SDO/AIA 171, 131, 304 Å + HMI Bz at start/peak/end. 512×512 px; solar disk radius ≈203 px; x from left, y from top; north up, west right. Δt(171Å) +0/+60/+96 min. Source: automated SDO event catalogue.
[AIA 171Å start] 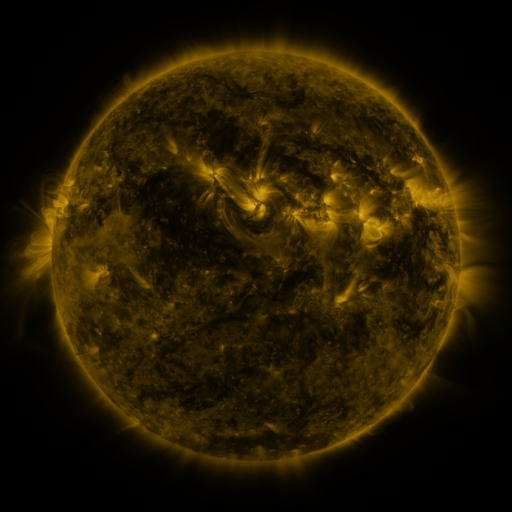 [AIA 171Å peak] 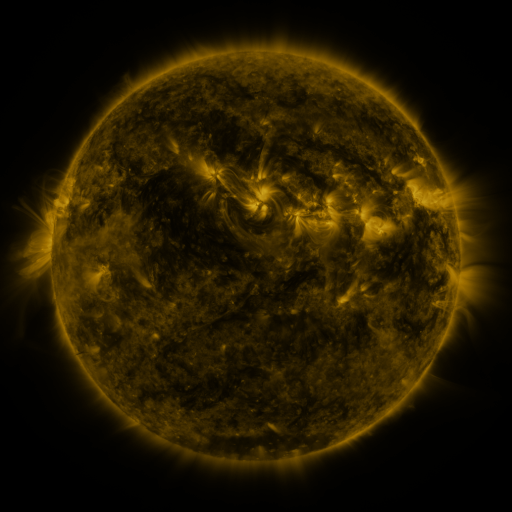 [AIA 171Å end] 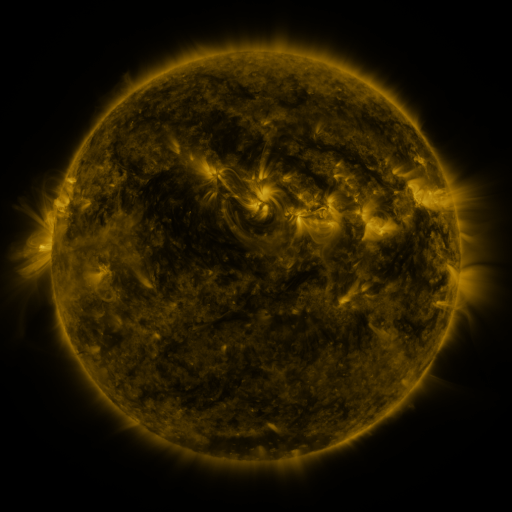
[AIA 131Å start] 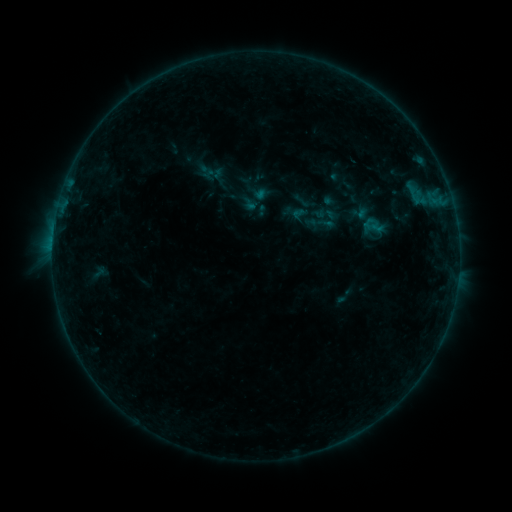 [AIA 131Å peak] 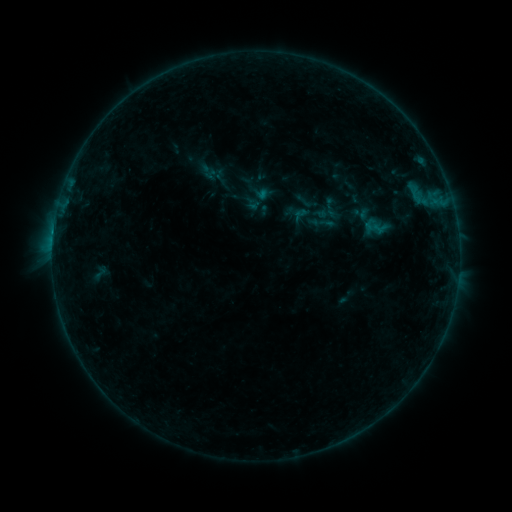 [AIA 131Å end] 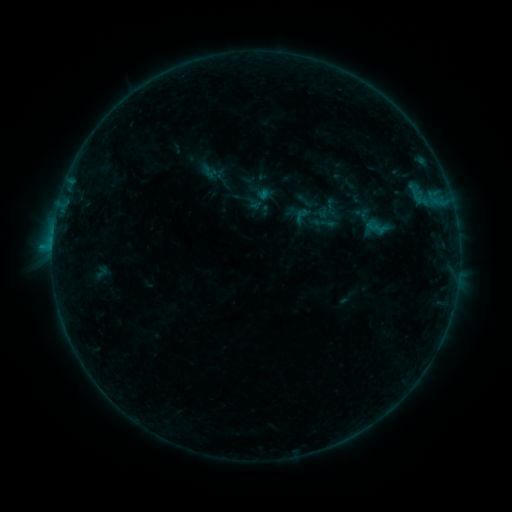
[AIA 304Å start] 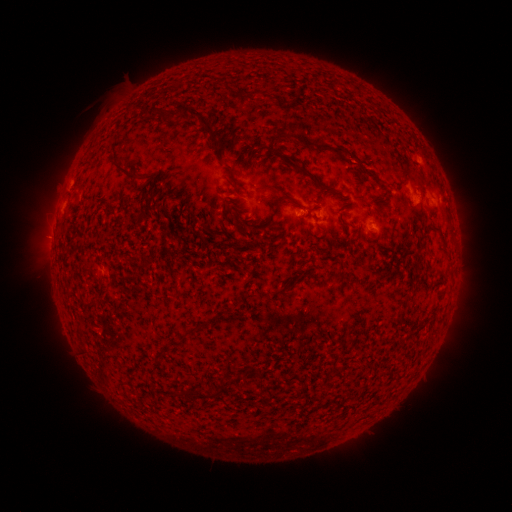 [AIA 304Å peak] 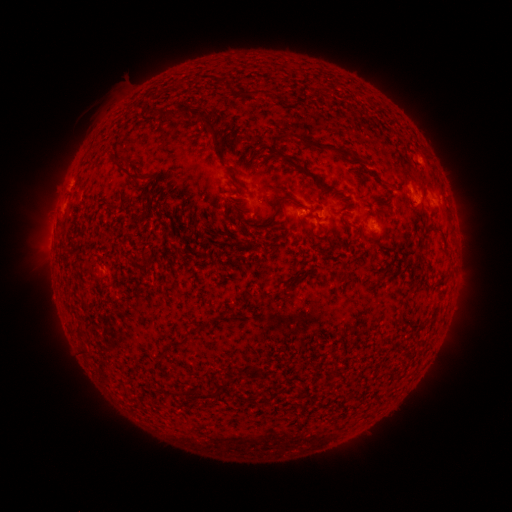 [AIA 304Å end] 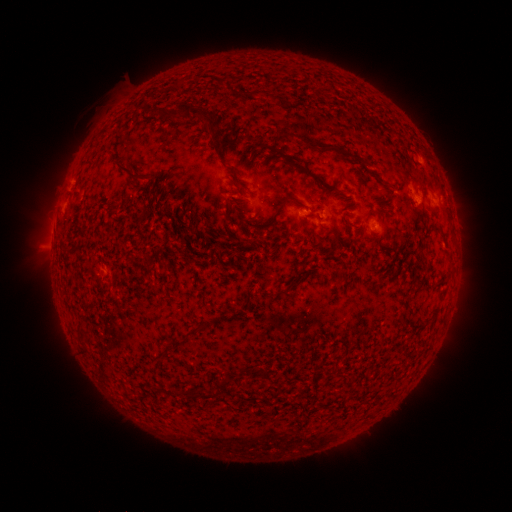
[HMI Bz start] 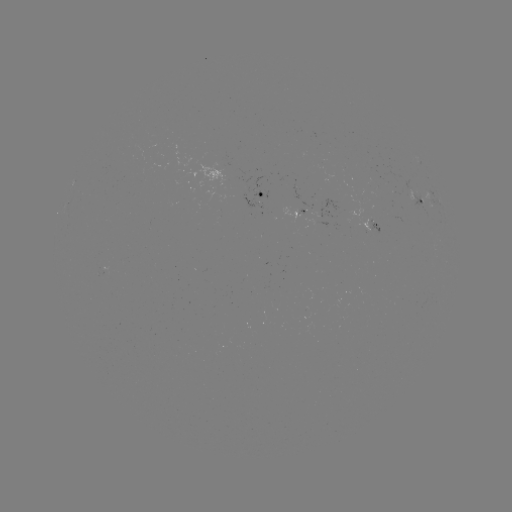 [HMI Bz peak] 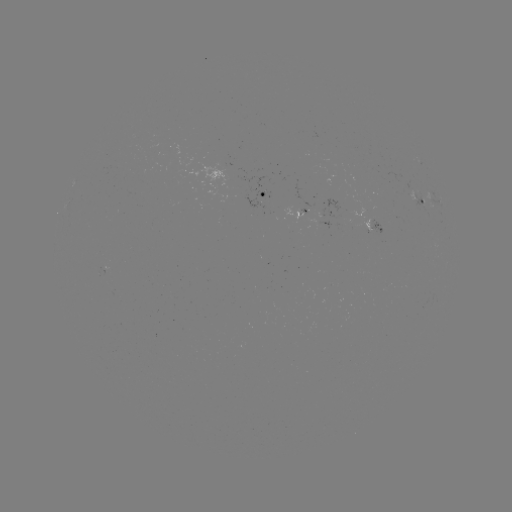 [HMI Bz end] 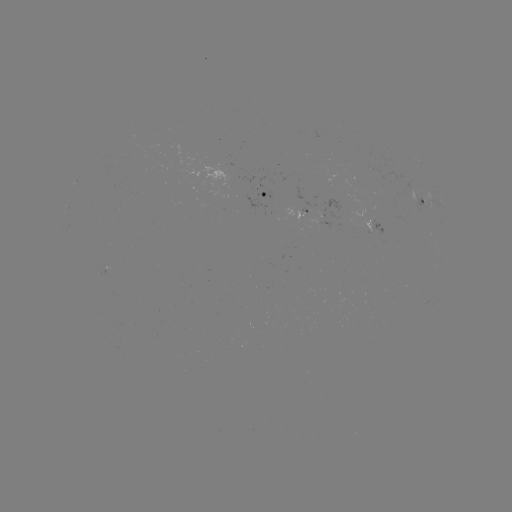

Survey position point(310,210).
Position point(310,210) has emerging-flux region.